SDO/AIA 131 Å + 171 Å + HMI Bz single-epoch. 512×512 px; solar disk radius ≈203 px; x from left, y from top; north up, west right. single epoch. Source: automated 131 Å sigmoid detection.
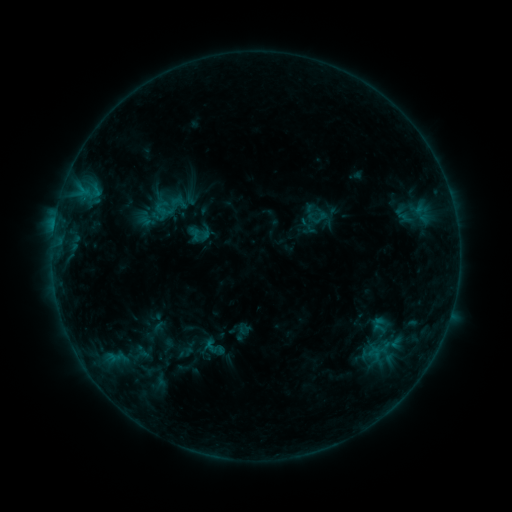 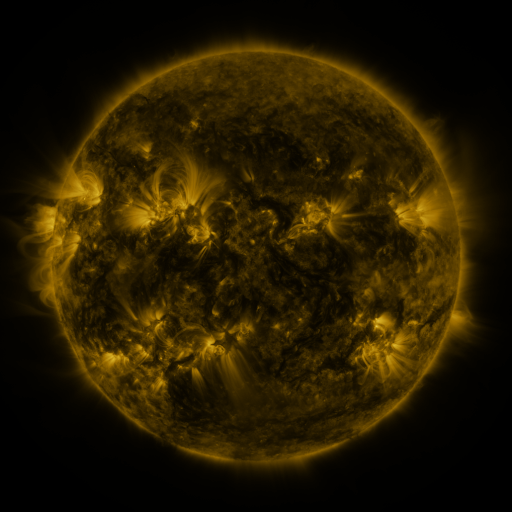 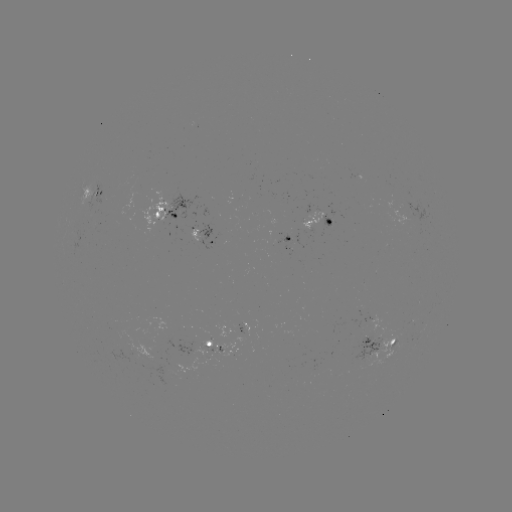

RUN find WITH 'sigmoid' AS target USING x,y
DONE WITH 320,218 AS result